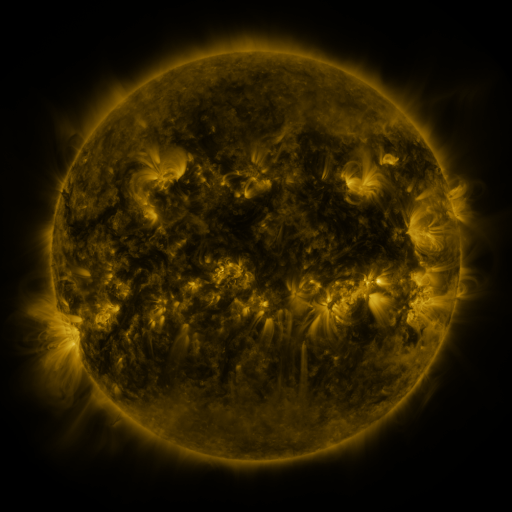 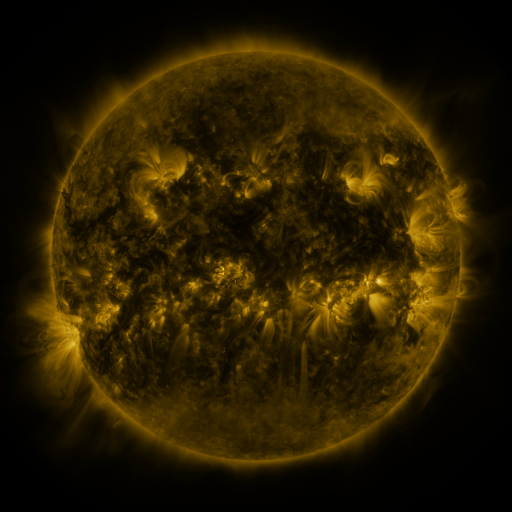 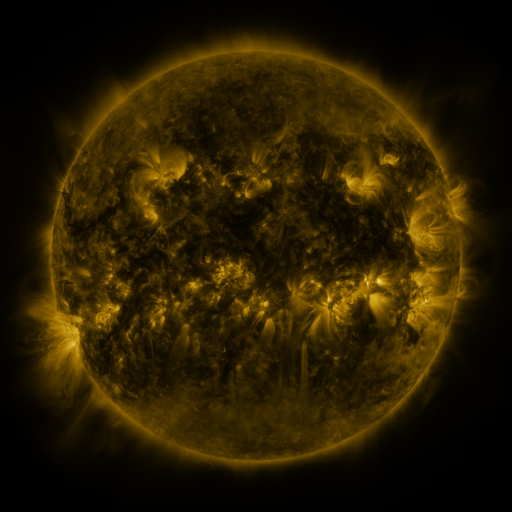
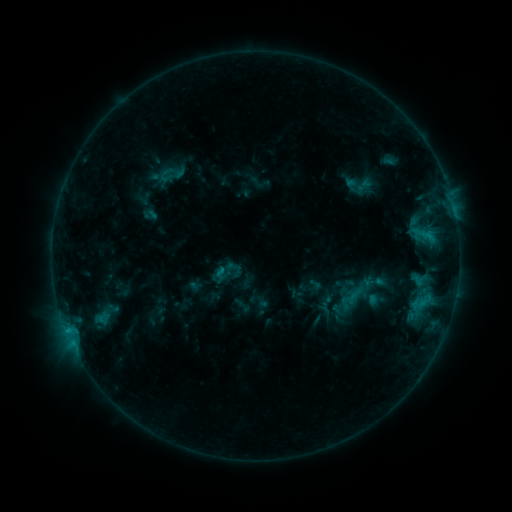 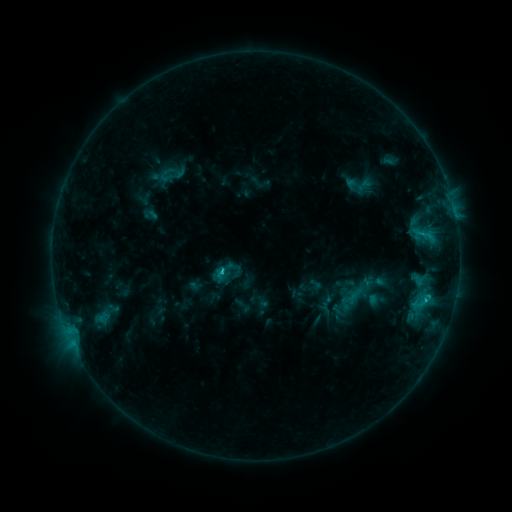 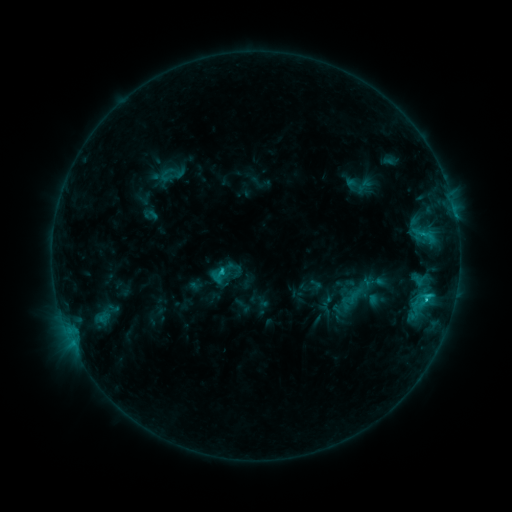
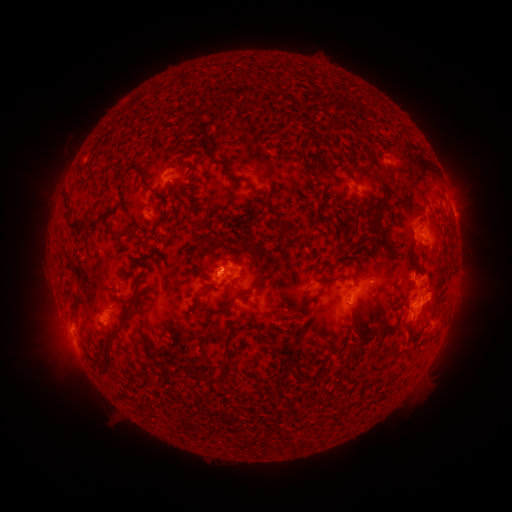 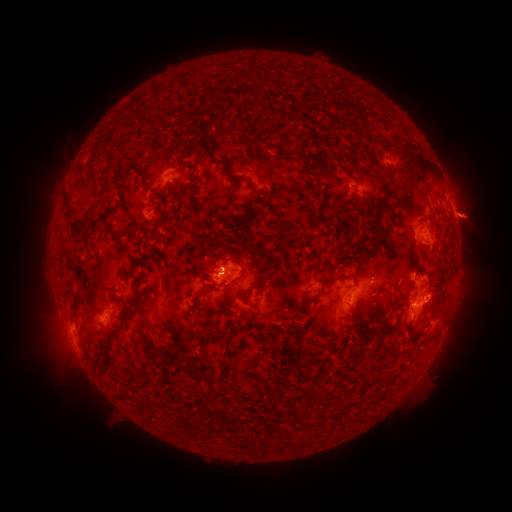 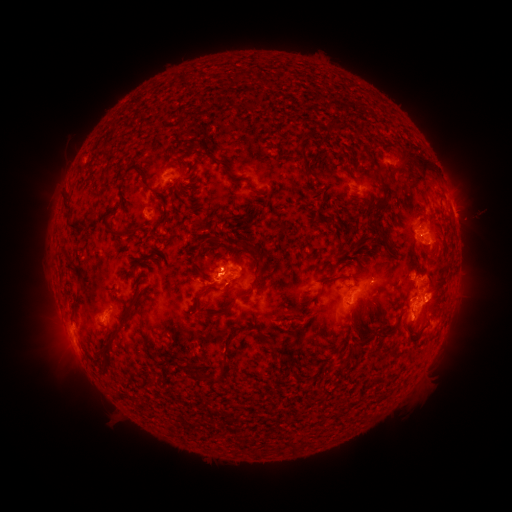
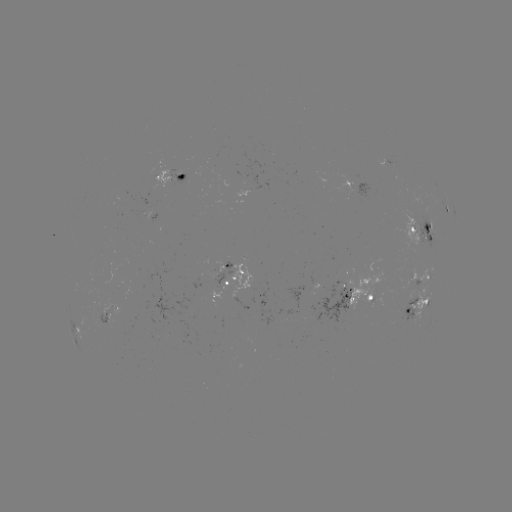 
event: eruption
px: (473, 218)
